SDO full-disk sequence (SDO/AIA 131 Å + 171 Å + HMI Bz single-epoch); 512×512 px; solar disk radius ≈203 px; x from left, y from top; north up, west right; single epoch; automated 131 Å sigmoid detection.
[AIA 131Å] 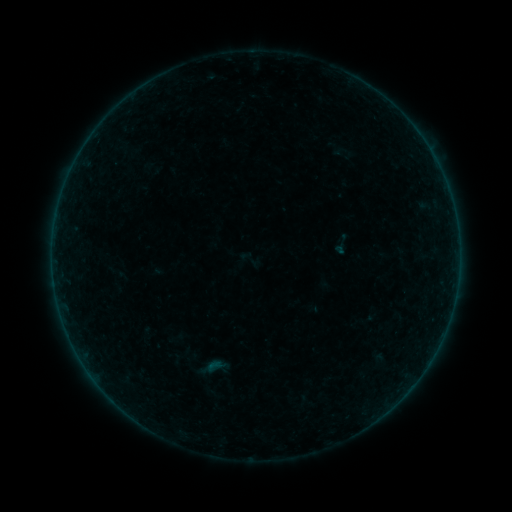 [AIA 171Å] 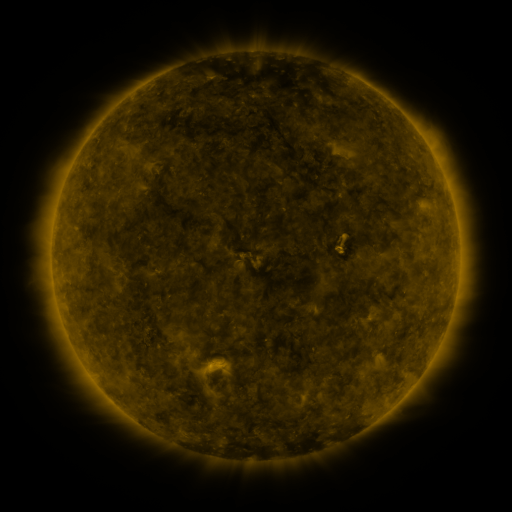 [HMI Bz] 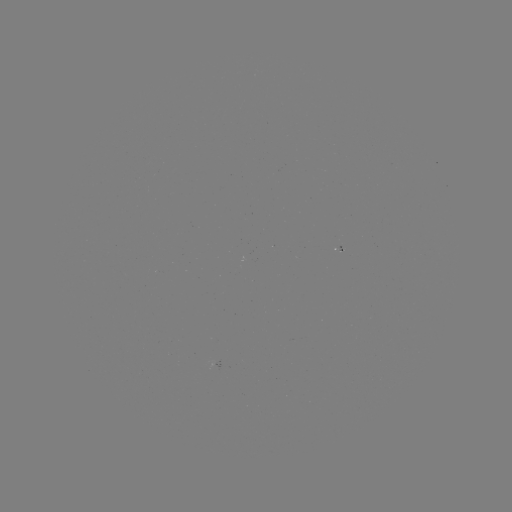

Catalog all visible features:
sigmoid: (250, 259)
